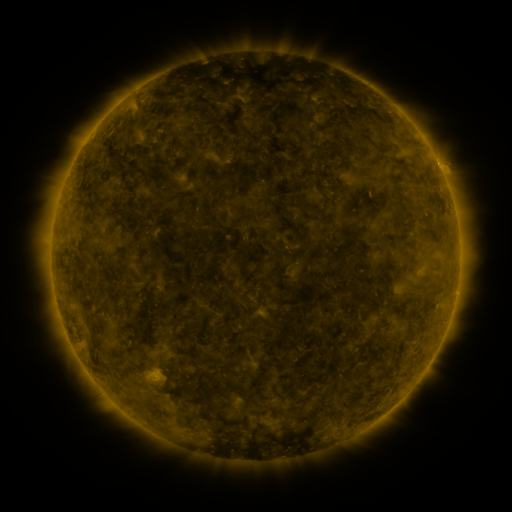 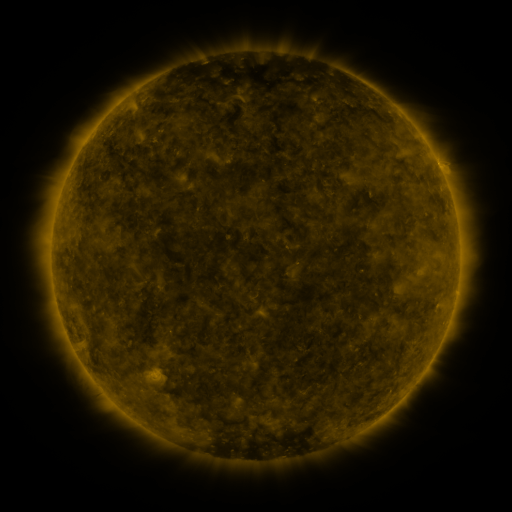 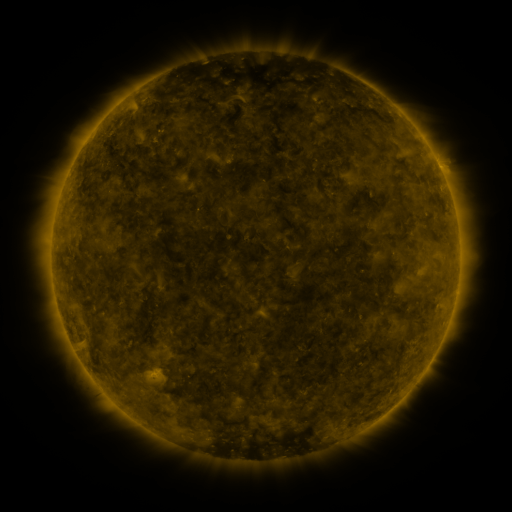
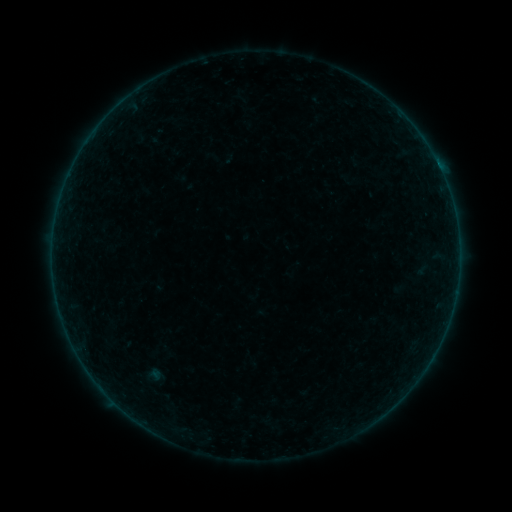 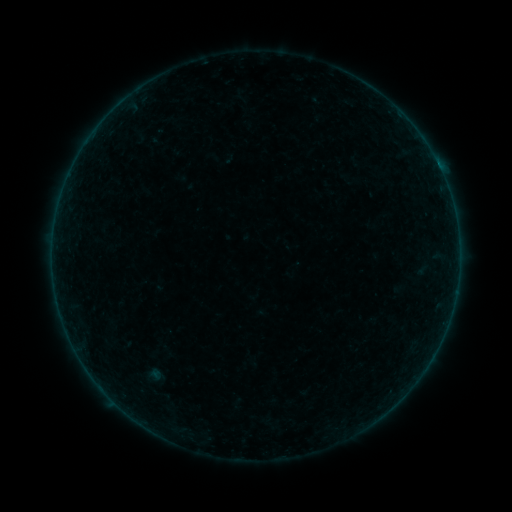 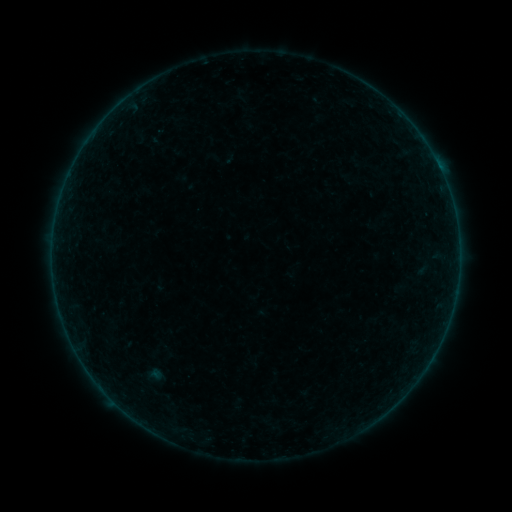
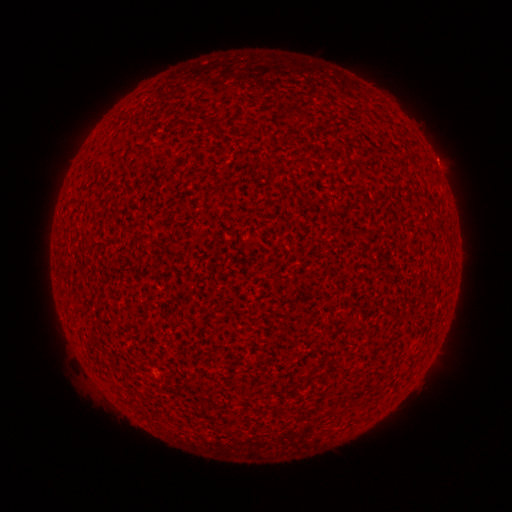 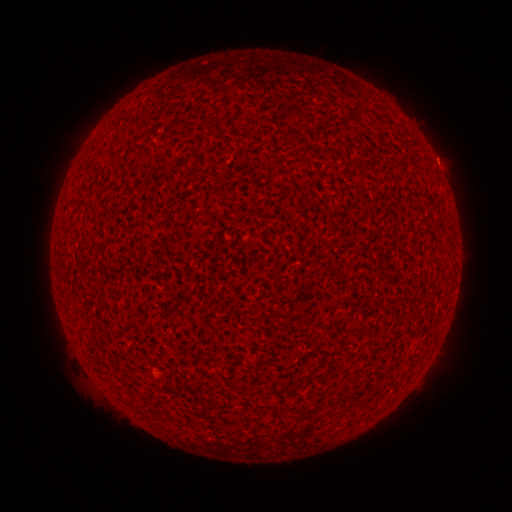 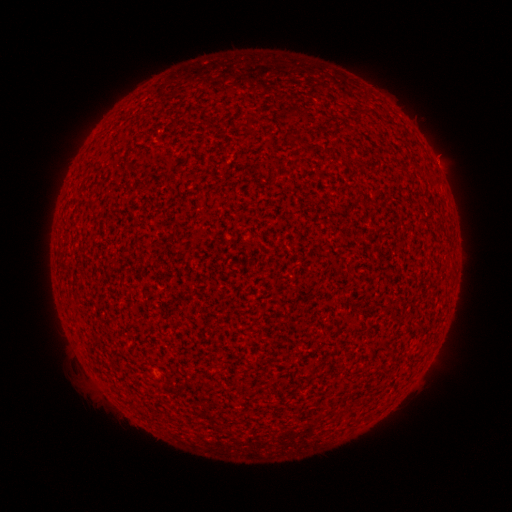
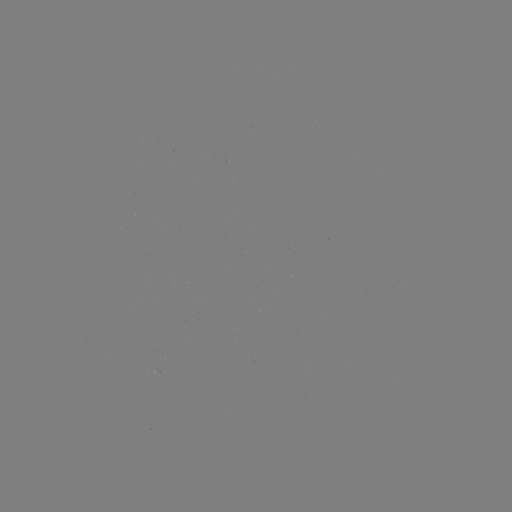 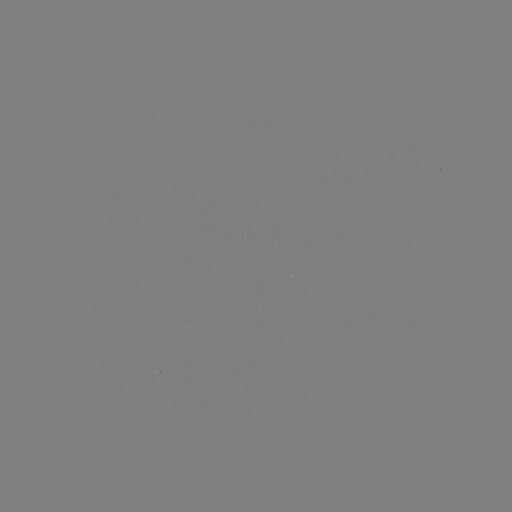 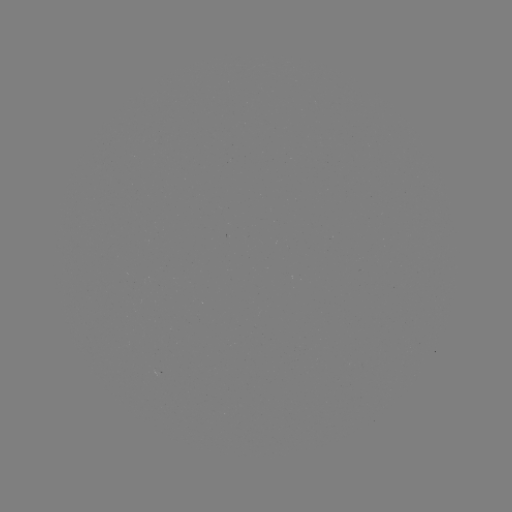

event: flare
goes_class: A2.9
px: (438, 167)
